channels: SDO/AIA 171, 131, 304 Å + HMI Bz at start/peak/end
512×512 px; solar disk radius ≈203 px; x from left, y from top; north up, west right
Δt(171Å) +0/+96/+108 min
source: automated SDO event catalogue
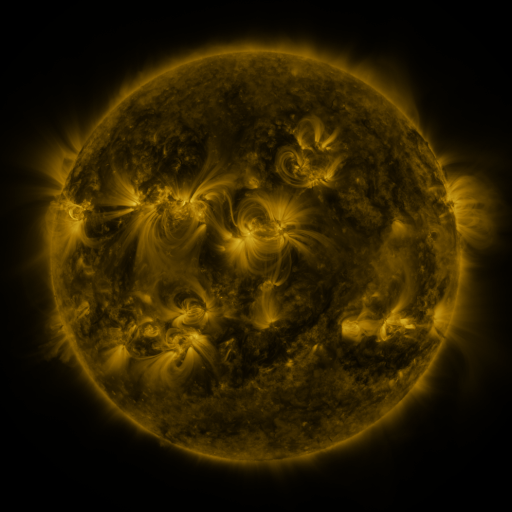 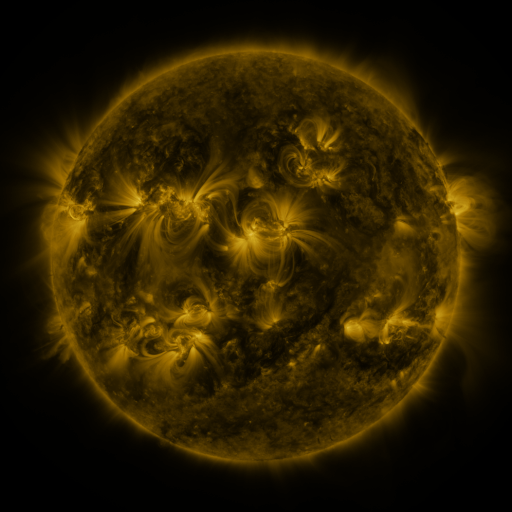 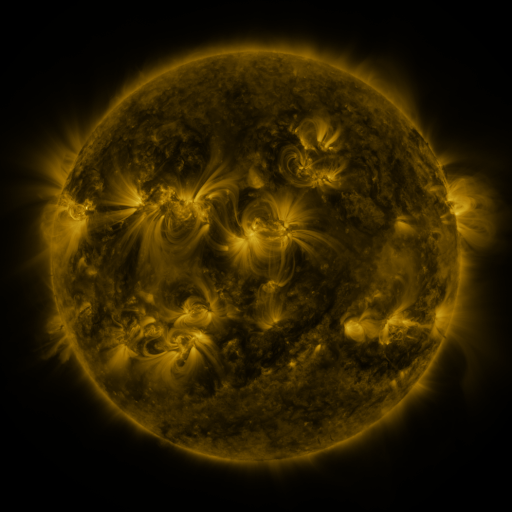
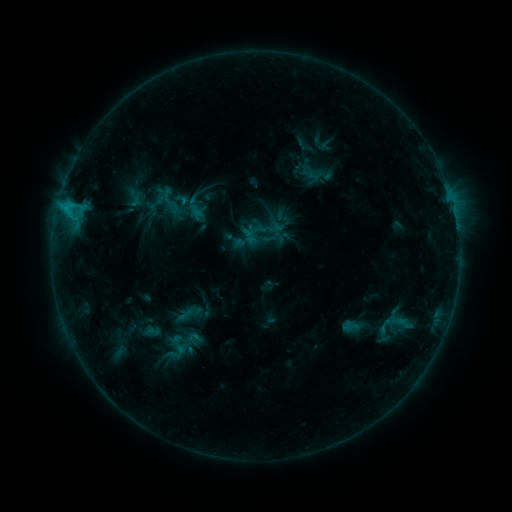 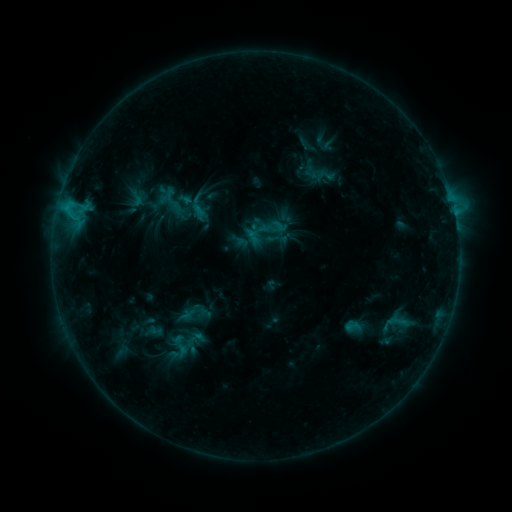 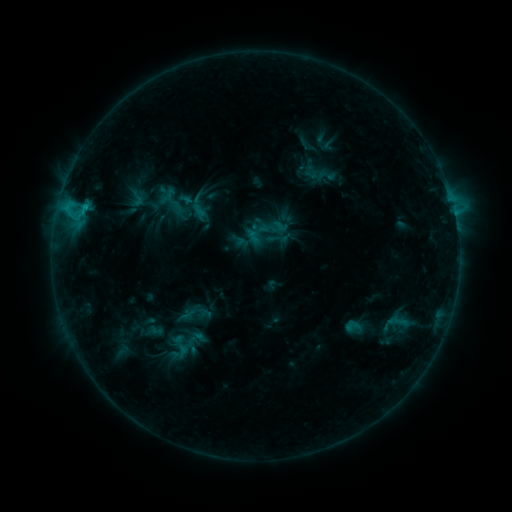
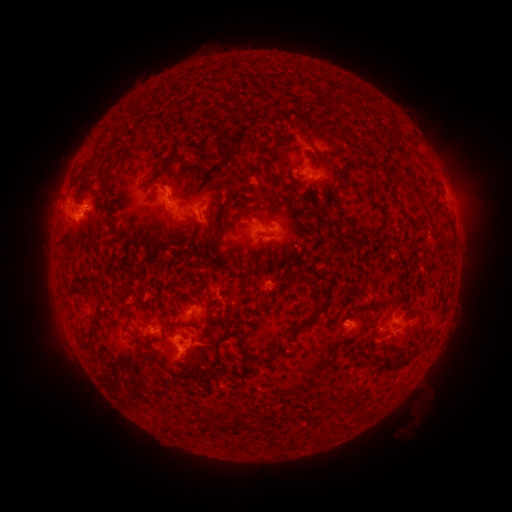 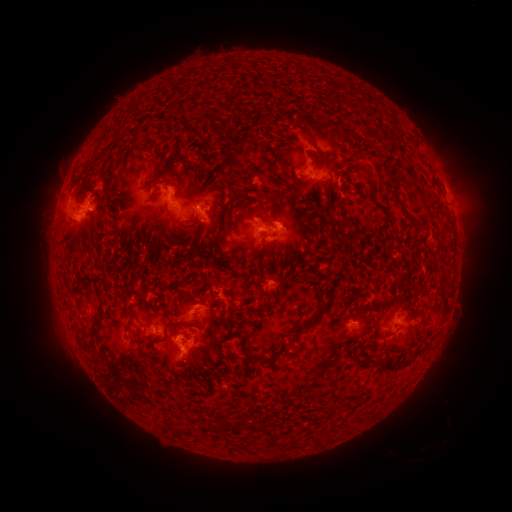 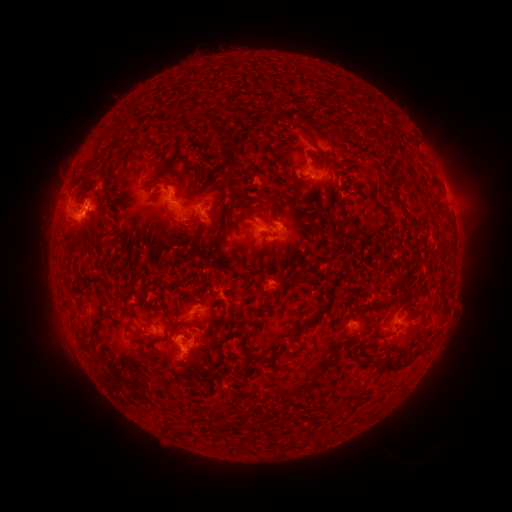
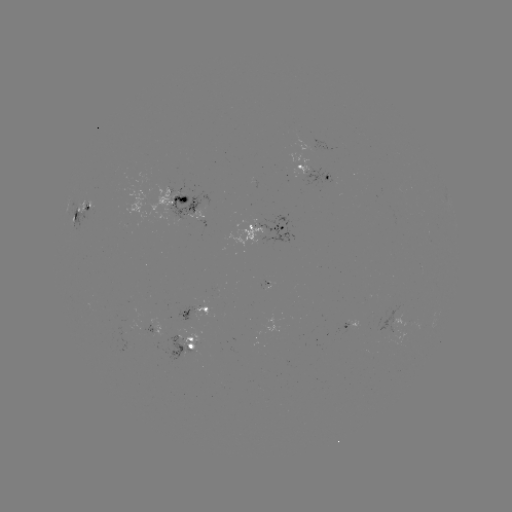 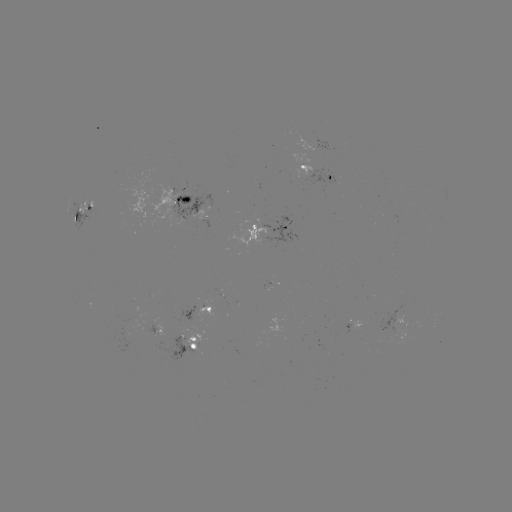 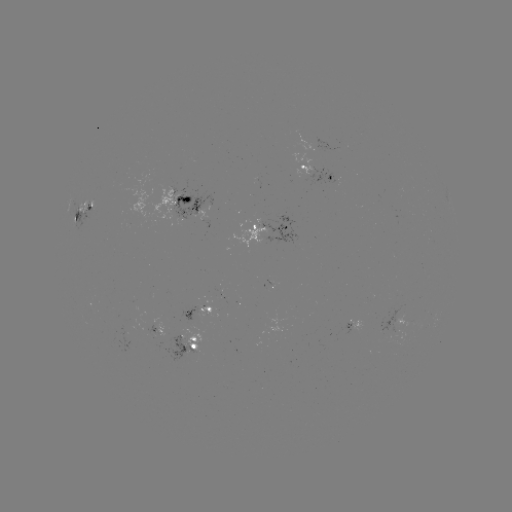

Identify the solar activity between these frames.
emerging-flux region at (168, 193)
